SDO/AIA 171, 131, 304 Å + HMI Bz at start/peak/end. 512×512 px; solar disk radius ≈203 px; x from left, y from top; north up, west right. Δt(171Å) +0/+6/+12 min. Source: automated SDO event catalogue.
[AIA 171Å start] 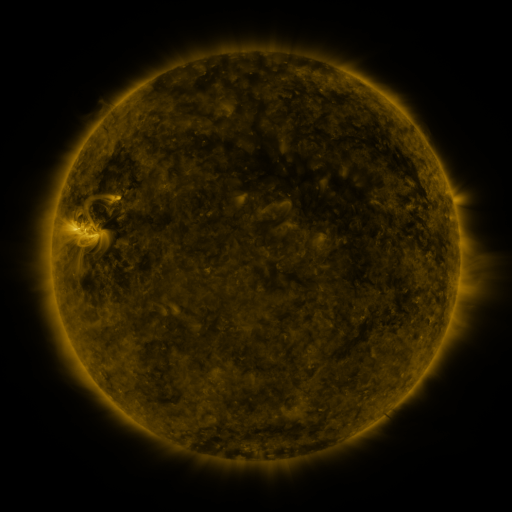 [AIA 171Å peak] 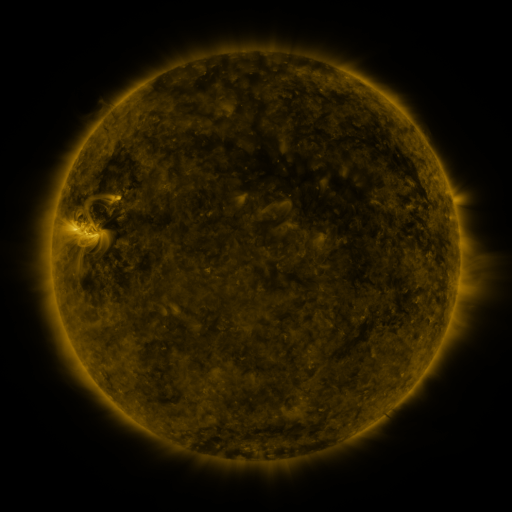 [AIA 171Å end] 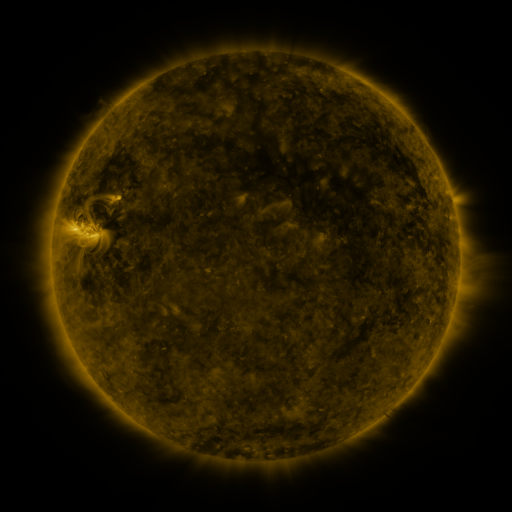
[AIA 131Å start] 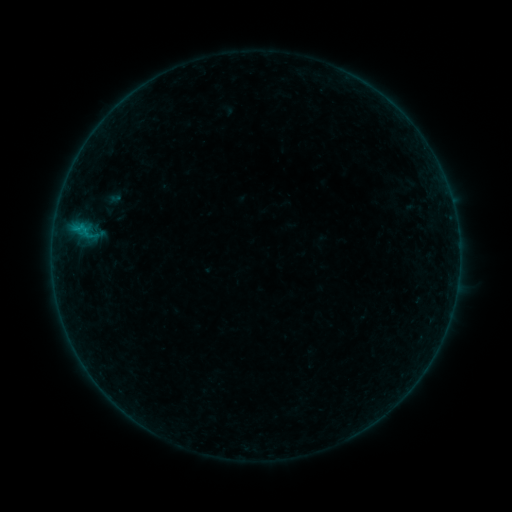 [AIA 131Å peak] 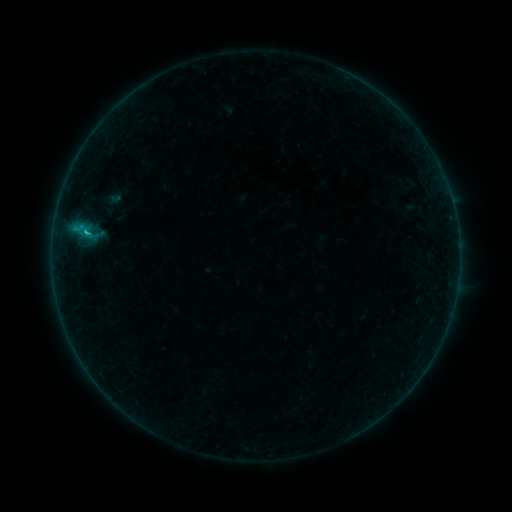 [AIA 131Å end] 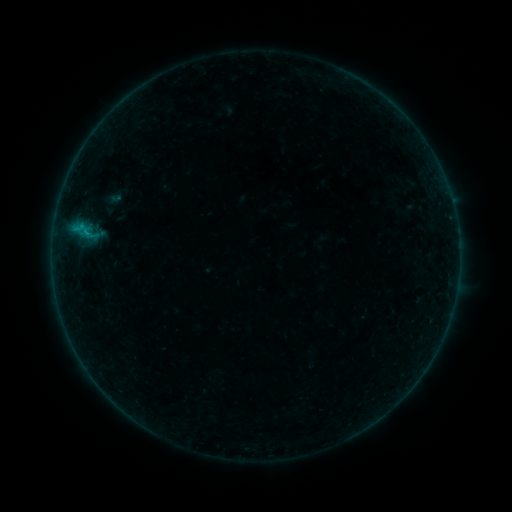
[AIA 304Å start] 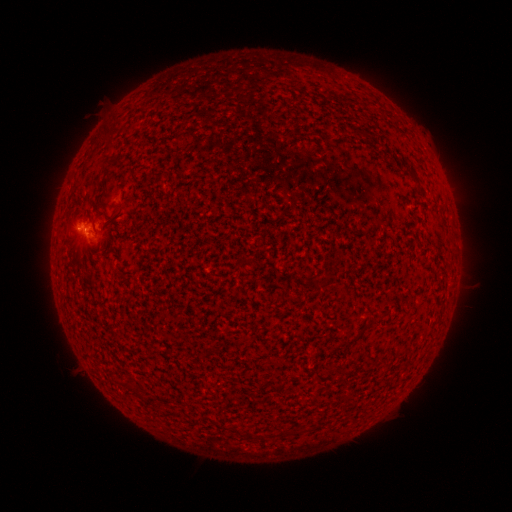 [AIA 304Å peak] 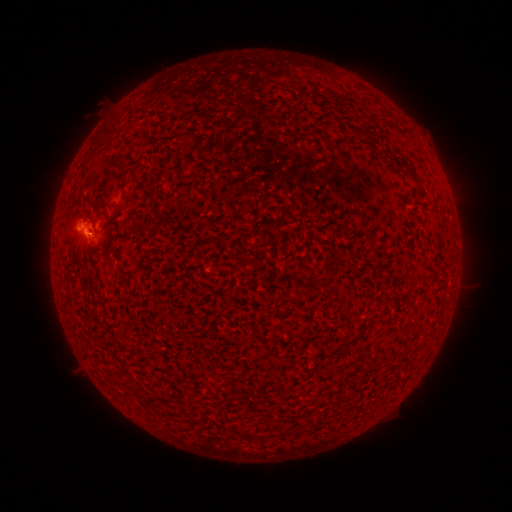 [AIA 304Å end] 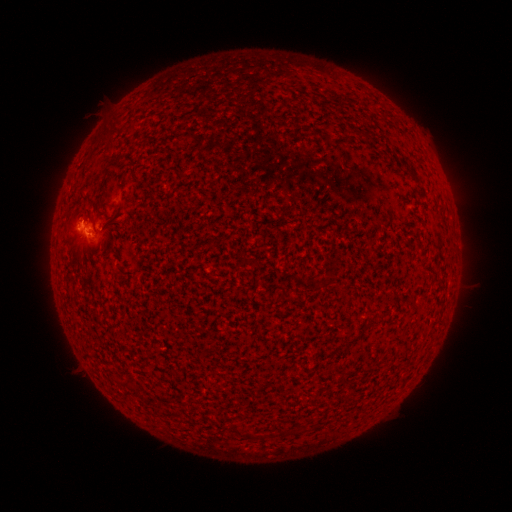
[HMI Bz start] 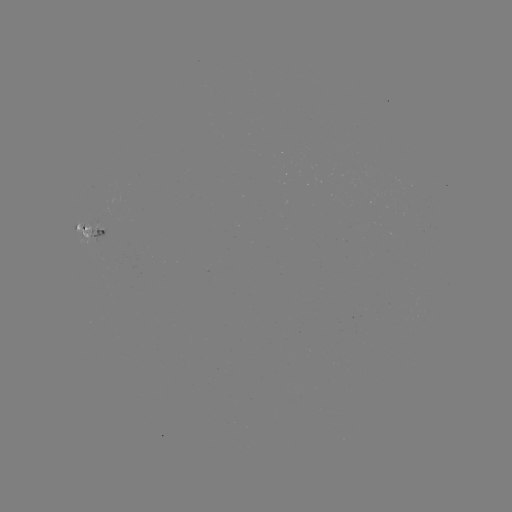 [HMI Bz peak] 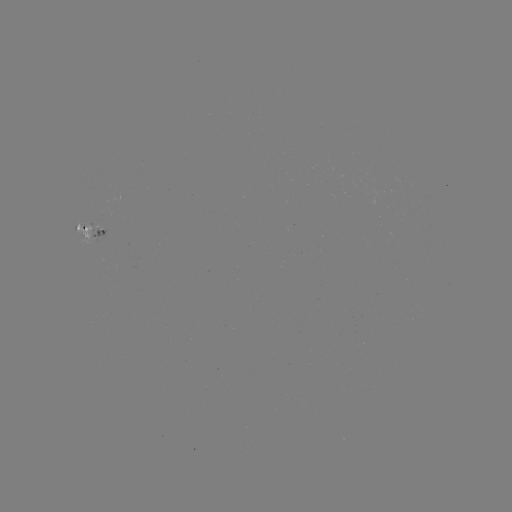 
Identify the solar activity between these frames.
B4.4 flare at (87, 233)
